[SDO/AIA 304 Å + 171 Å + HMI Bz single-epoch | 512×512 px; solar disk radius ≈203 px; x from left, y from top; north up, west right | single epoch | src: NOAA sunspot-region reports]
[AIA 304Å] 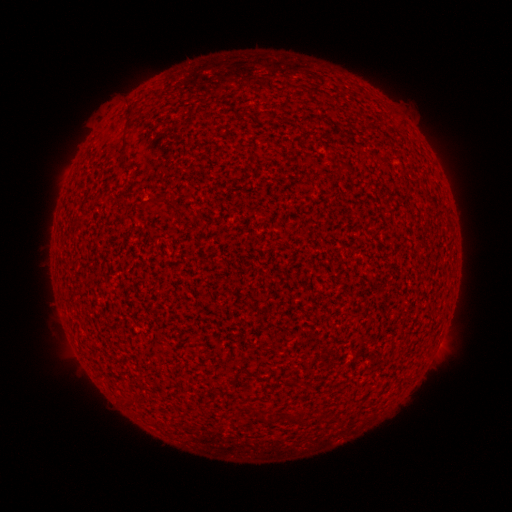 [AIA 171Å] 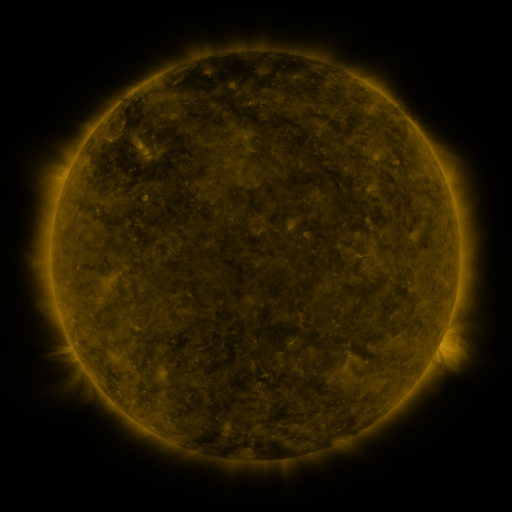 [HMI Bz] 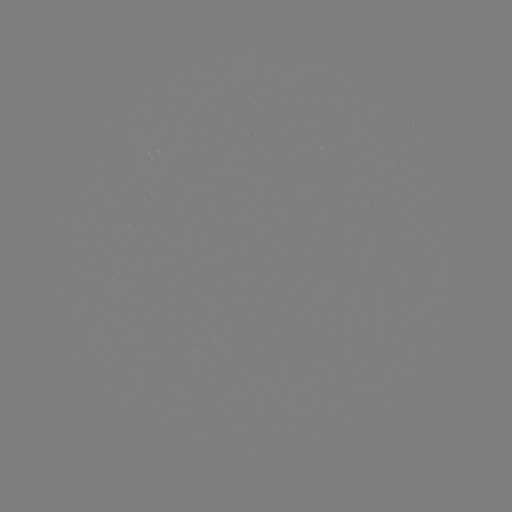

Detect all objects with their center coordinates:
(none)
